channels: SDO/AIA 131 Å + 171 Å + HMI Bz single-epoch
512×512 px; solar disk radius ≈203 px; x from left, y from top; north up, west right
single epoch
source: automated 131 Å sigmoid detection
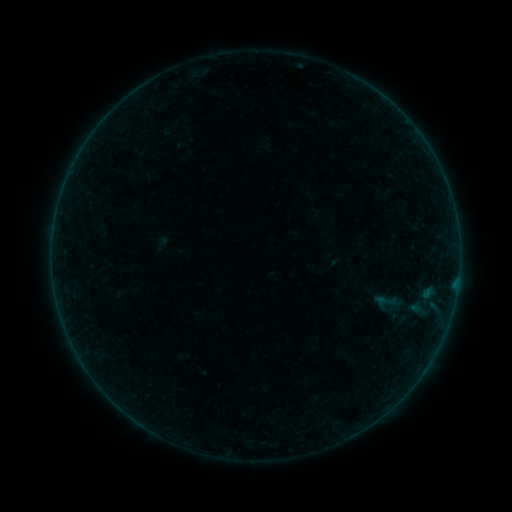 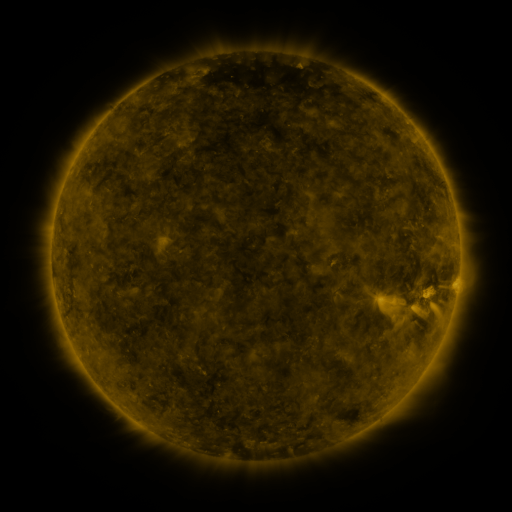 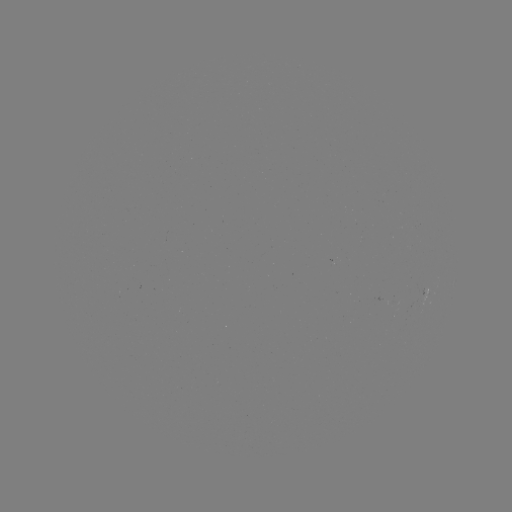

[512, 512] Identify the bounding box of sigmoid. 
[379, 292, 397, 310].